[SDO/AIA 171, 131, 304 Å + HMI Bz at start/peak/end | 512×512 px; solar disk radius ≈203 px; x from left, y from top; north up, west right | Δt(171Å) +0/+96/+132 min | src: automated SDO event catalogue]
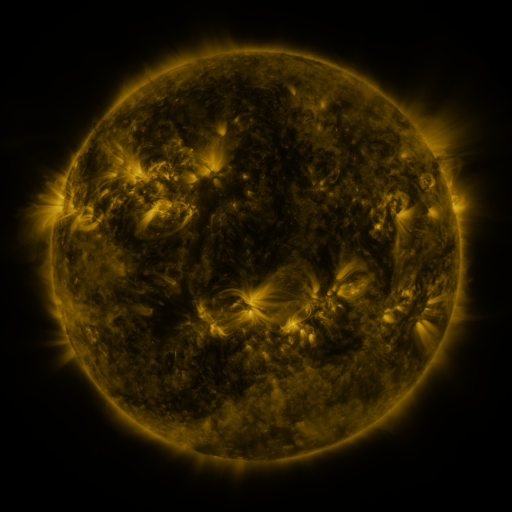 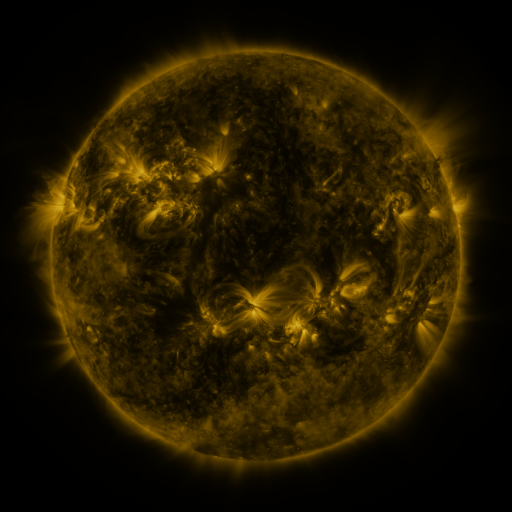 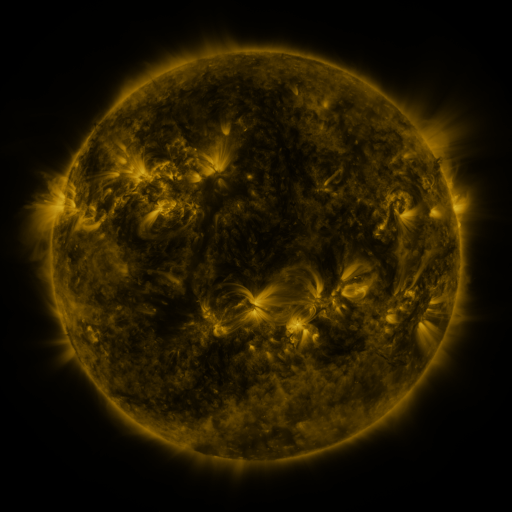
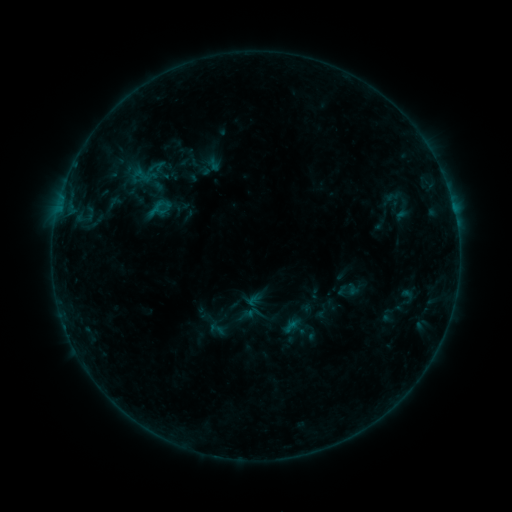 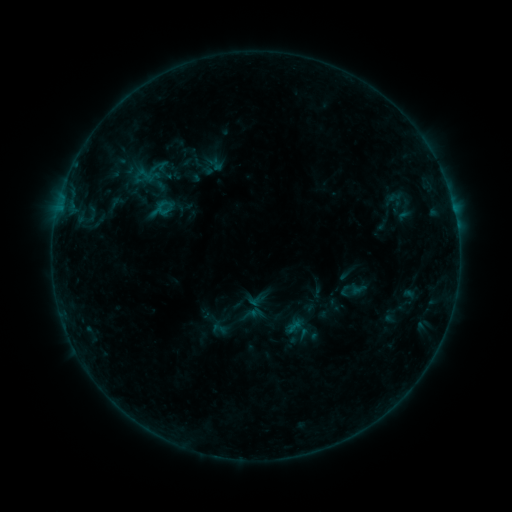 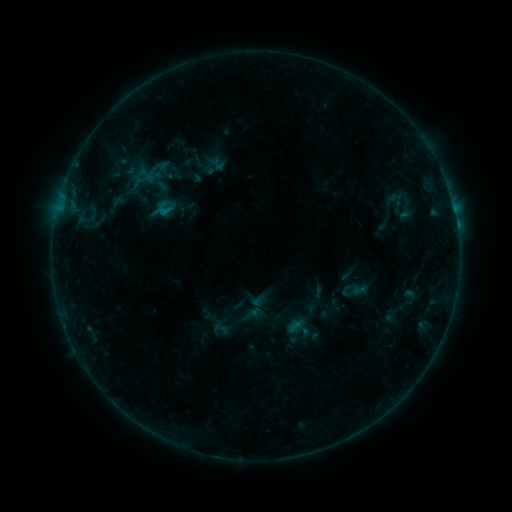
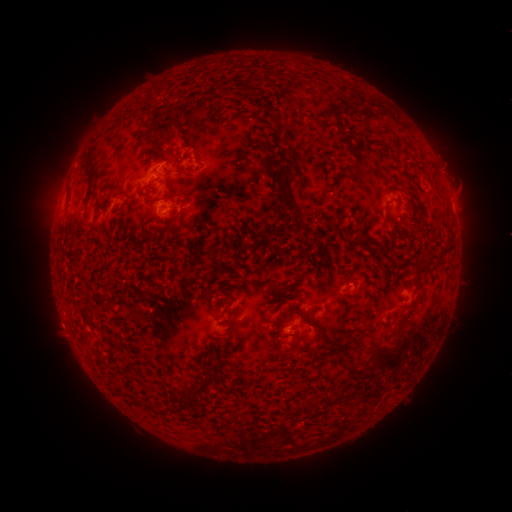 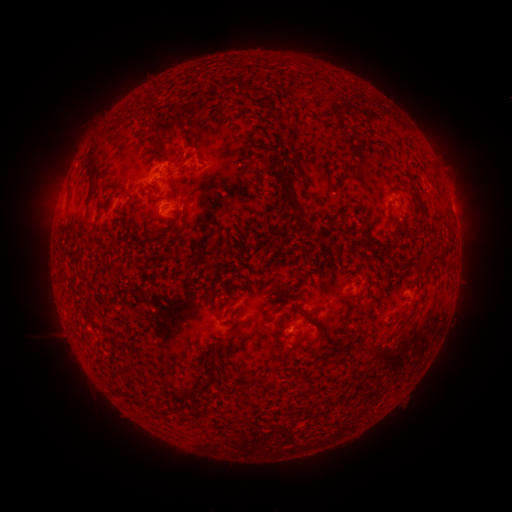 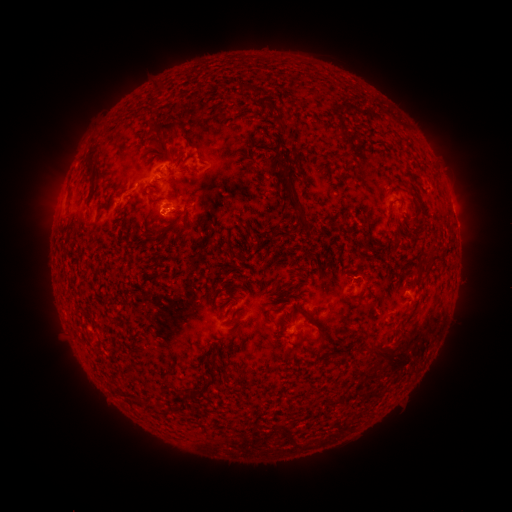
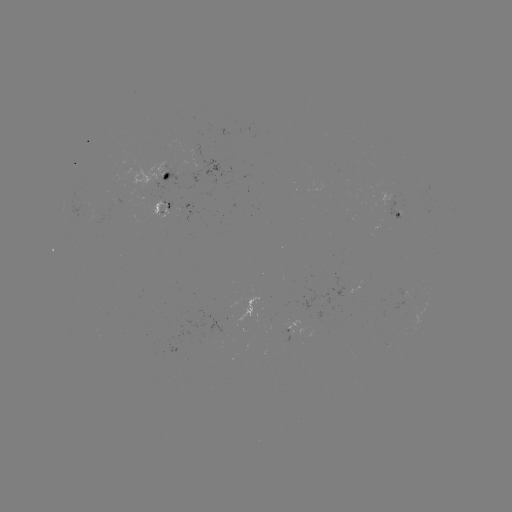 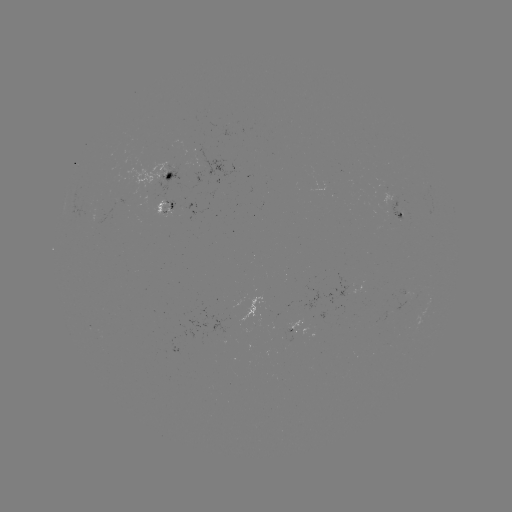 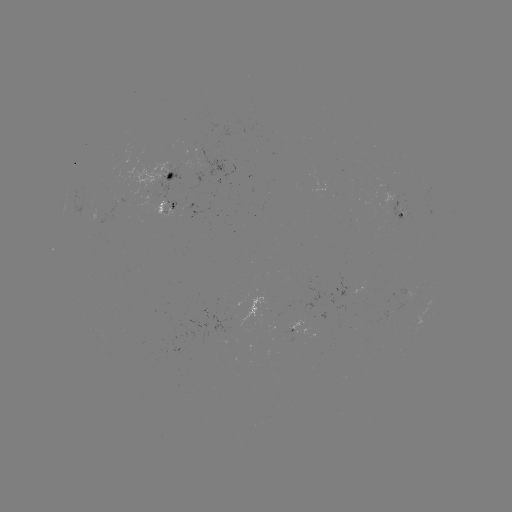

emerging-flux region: (334, 274, 349, 298)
